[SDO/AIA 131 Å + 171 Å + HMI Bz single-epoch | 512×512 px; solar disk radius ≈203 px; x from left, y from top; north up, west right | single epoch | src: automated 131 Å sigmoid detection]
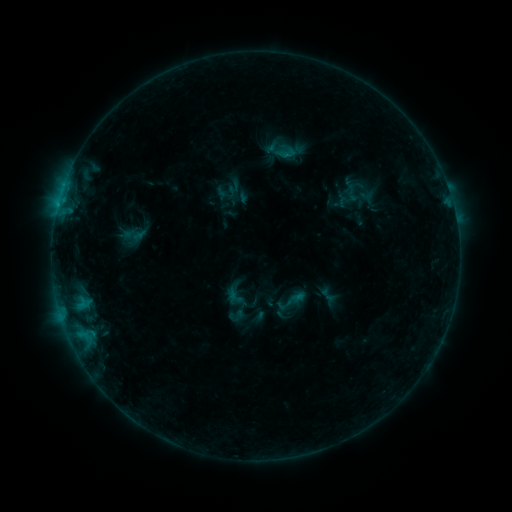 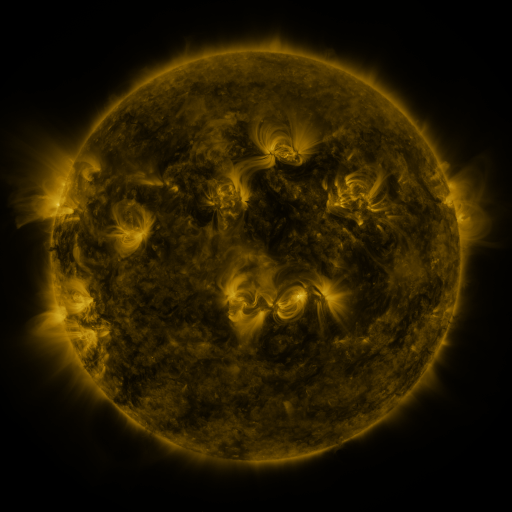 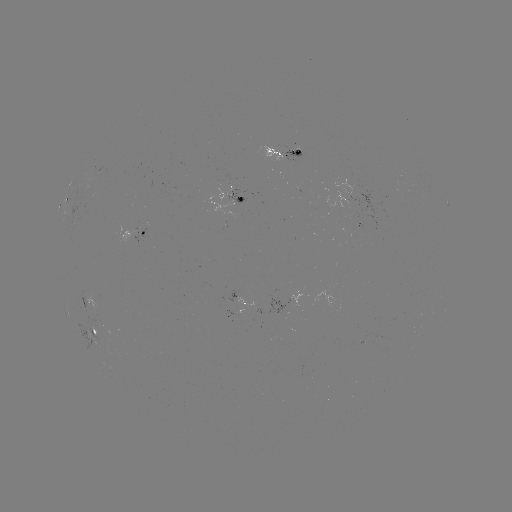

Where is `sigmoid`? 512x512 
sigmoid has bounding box [276, 285, 306, 317].